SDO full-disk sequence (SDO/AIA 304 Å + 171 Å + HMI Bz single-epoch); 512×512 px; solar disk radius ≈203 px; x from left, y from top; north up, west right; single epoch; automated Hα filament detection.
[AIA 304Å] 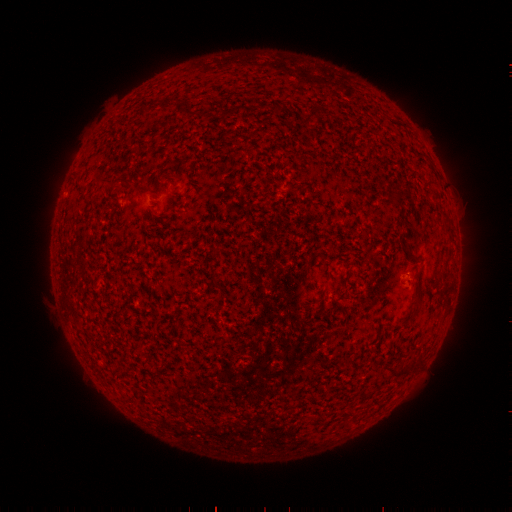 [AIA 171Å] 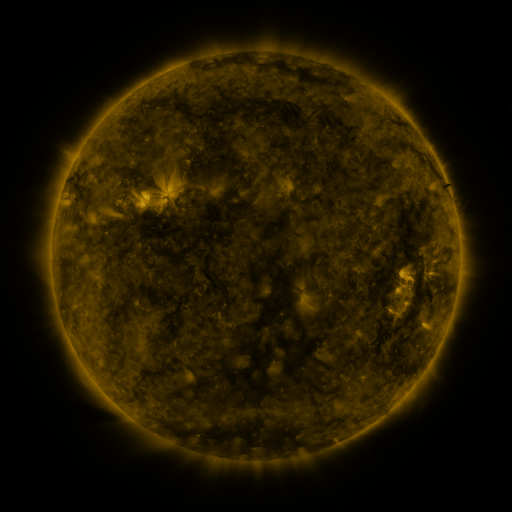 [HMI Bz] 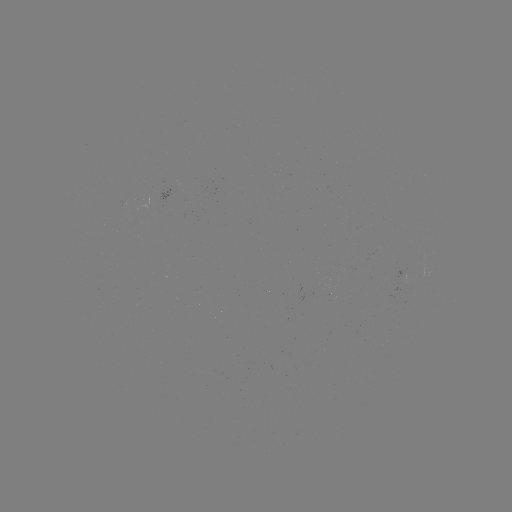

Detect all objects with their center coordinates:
filament: (143, 111)
filament: (313, 115)
filament: (126, 180)
filament: (407, 256)
filament: (396, 377)
